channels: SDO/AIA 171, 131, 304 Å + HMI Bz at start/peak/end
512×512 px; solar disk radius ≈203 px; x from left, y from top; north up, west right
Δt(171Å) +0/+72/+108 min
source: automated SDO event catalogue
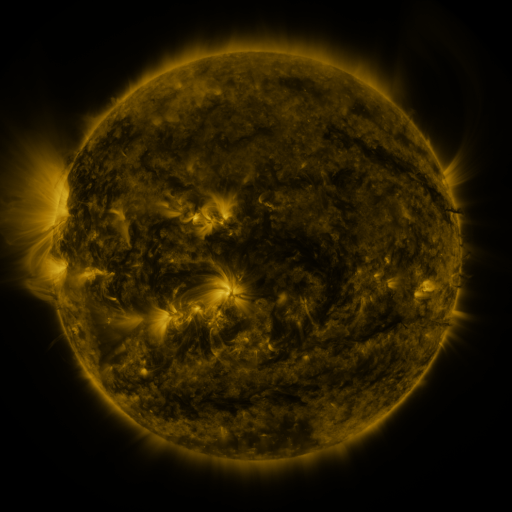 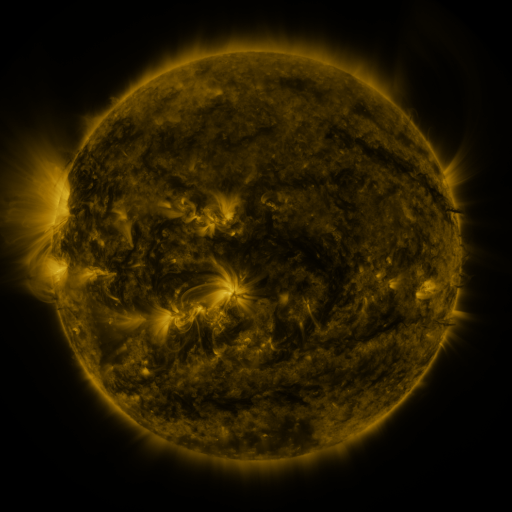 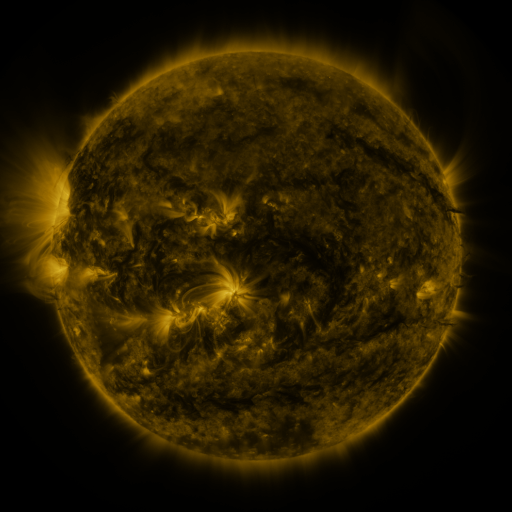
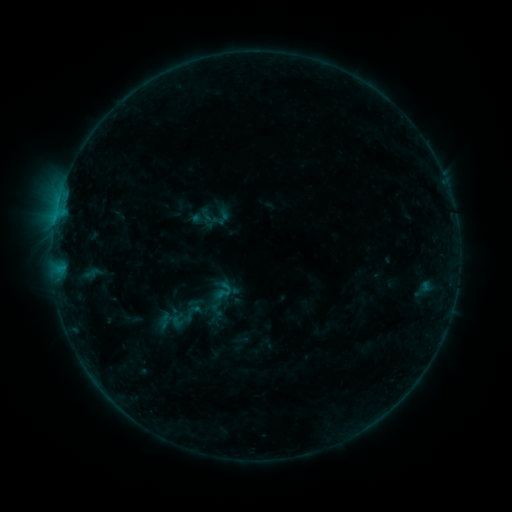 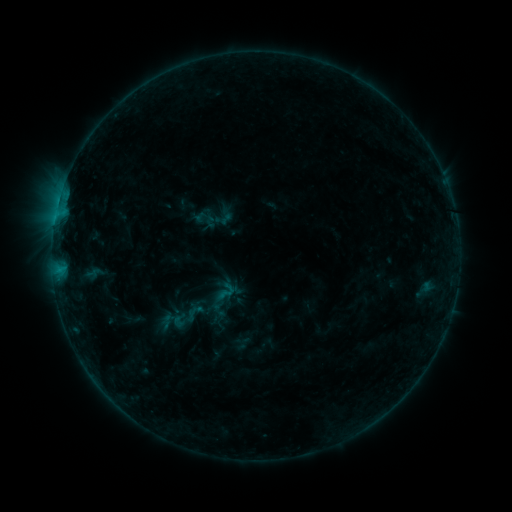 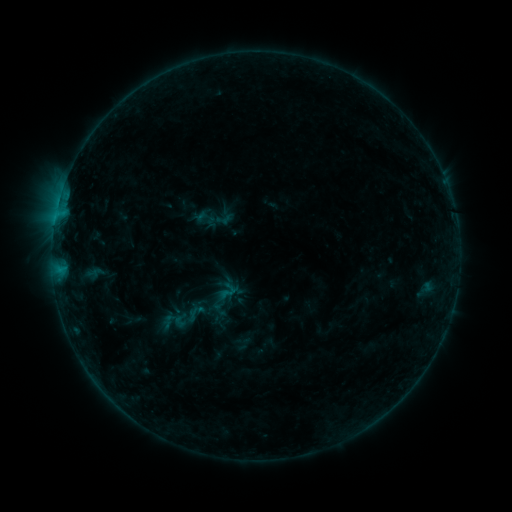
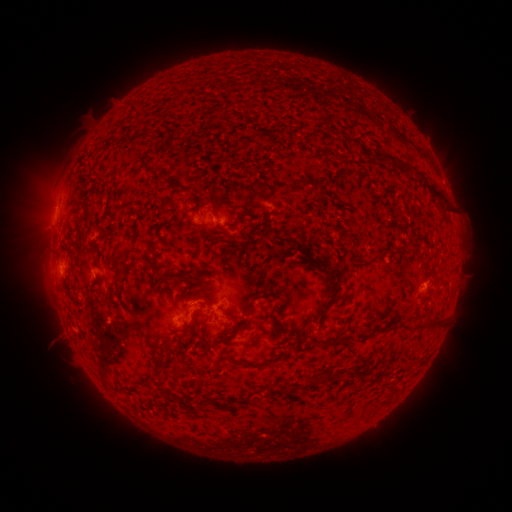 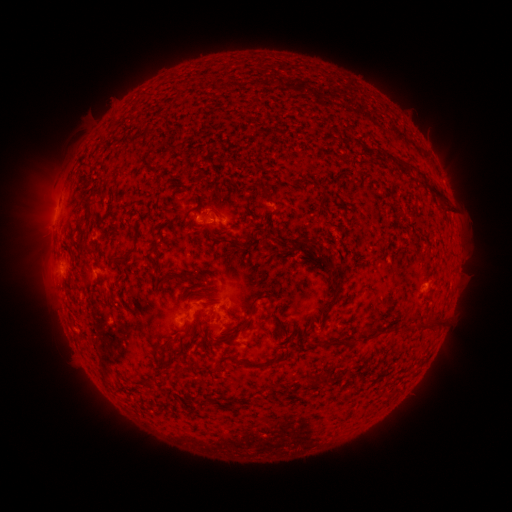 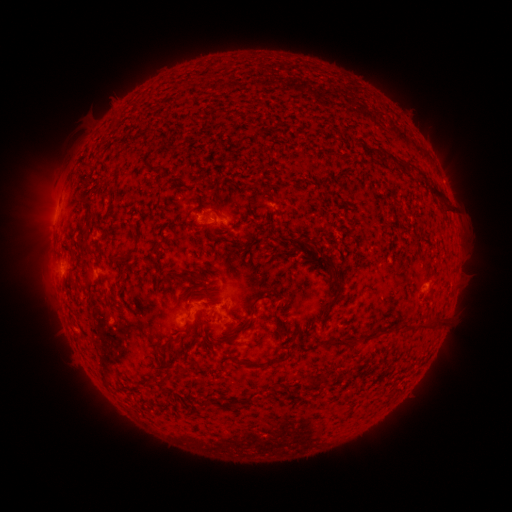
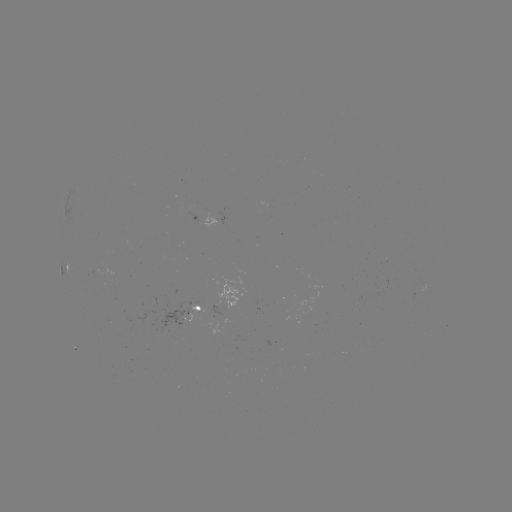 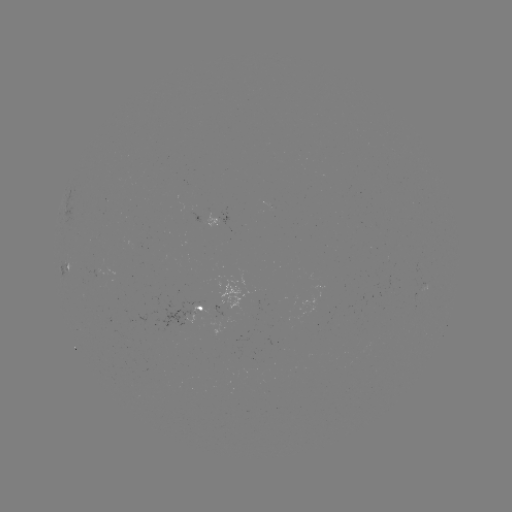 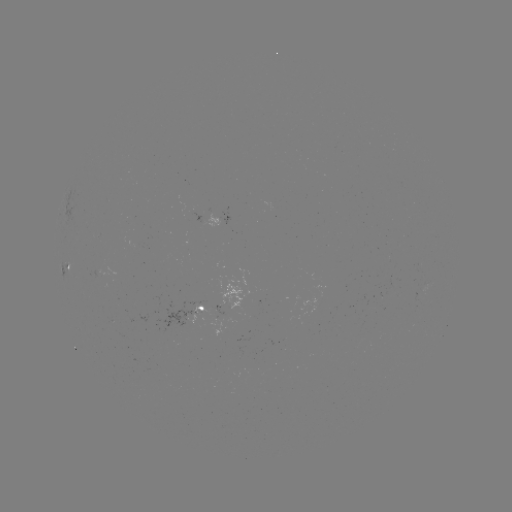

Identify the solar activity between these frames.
emerging-flux region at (111, 321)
